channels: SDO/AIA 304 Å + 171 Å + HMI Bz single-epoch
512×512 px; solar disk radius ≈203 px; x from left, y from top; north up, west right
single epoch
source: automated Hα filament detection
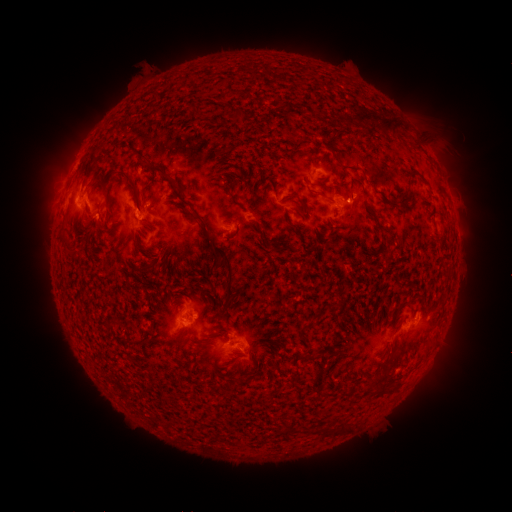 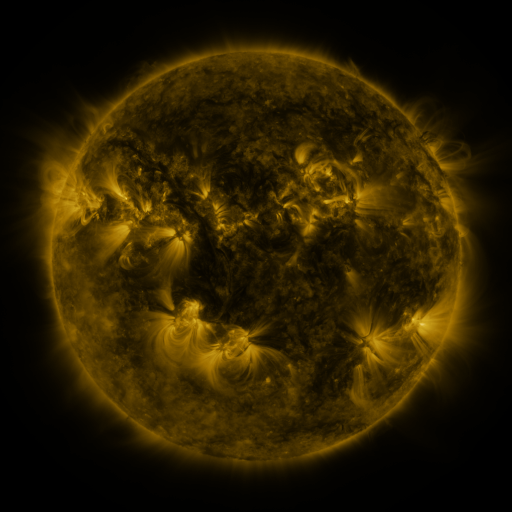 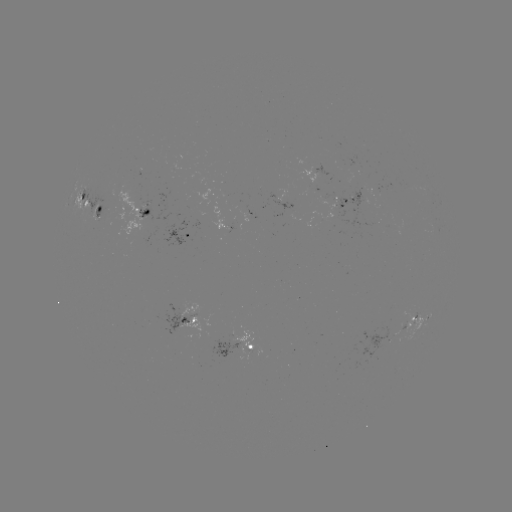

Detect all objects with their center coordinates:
filament: [220, 91, 230, 101]
filament: [231, 109, 243, 122]
filament: [343, 109, 405, 139]
filament: [82, 149, 97, 179]
filament: [139, 159, 171, 181]
filament: [404, 169, 416, 179]
filament: [117, 170, 139, 196]
filament: [95, 175, 103, 185]
filament: [177, 191, 190, 206]
filament: [285, 191, 299, 200]
filament: [399, 192, 414, 205]
filament: [191, 210, 237, 309]
filament: [366, 210, 381, 230]
filament: [139, 219, 153, 227]
filament: [261, 233, 269, 243]
filament: [320, 236, 329, 245]
filament: [145, 256, 161, 273]
filament: [170, 298, 185, 305]
filament: [396, 299, 409, 310]
filament: [299, 309, 325, 346]
filament: [227, 356, 240, 367]
filament: [312, 371, 323, 384]
filament: [377, 384, 394, 394]
filament: [337, 421, 352, 434]
